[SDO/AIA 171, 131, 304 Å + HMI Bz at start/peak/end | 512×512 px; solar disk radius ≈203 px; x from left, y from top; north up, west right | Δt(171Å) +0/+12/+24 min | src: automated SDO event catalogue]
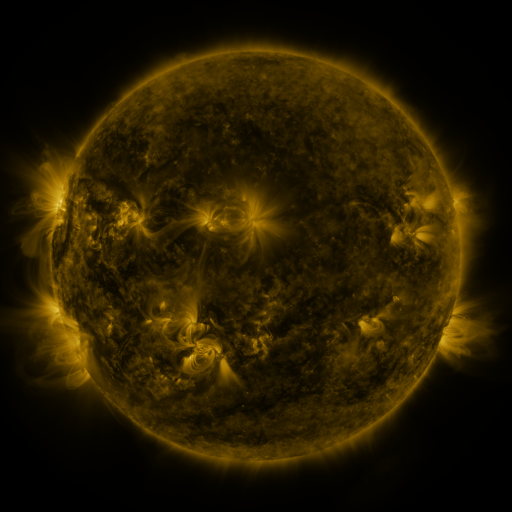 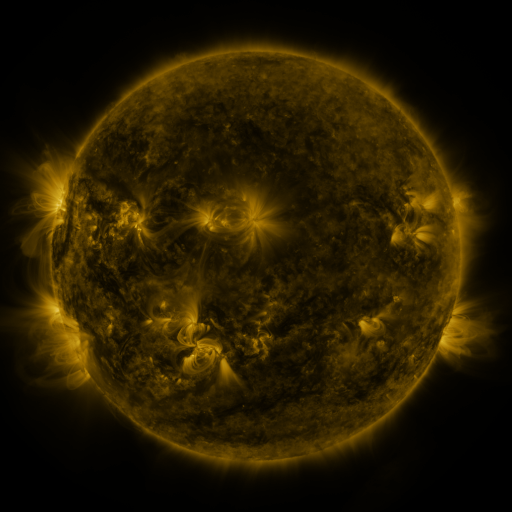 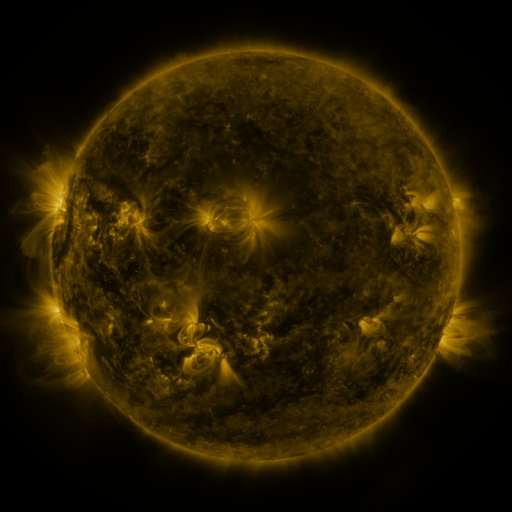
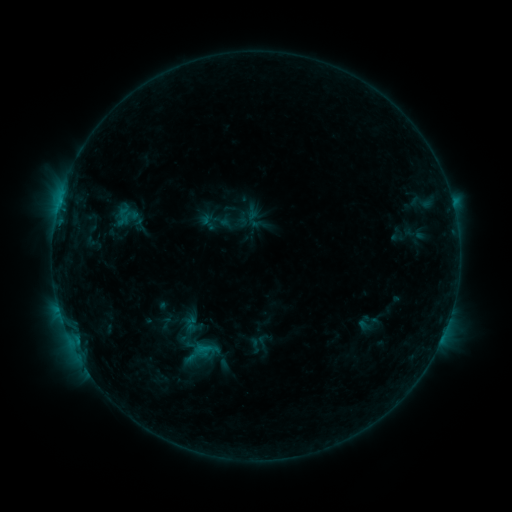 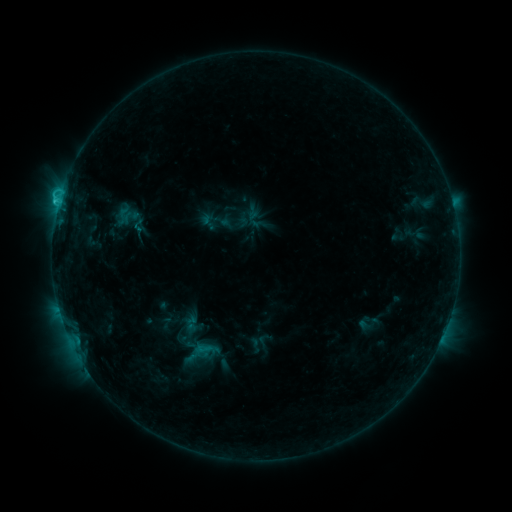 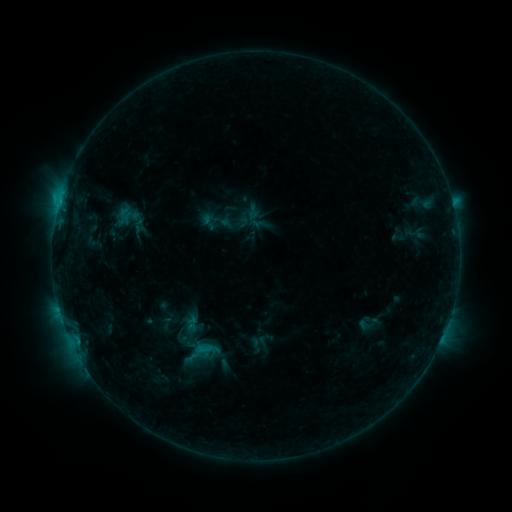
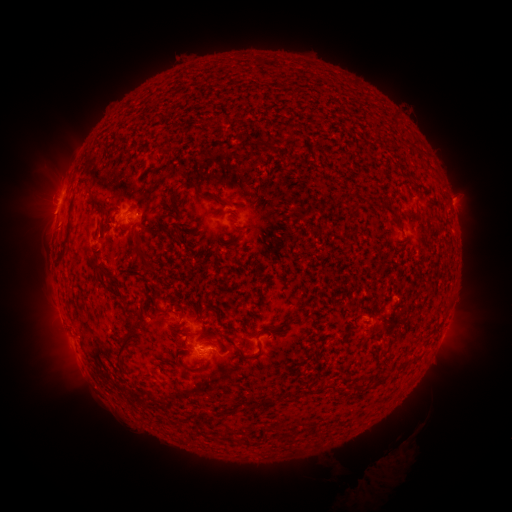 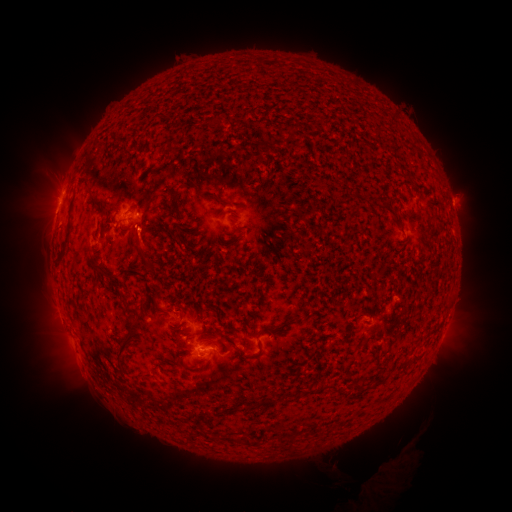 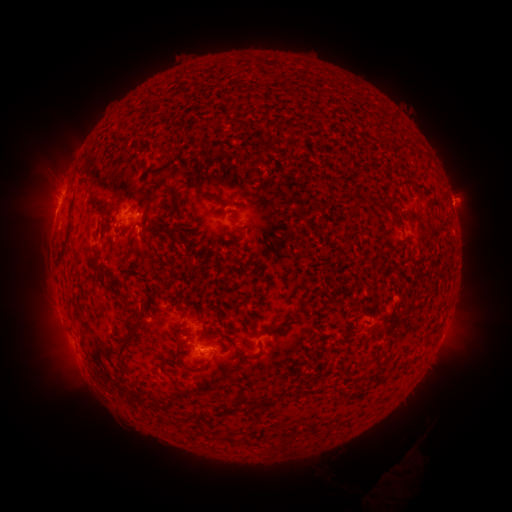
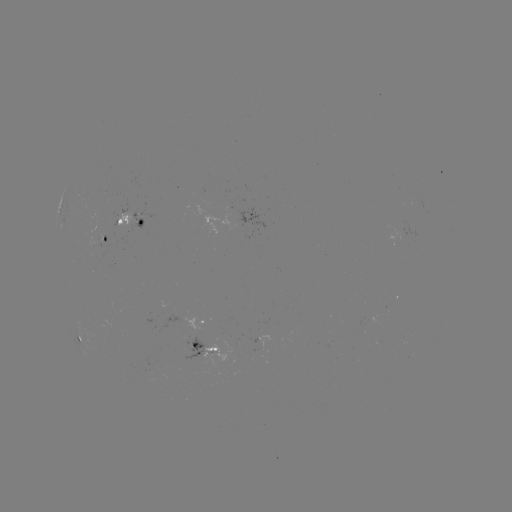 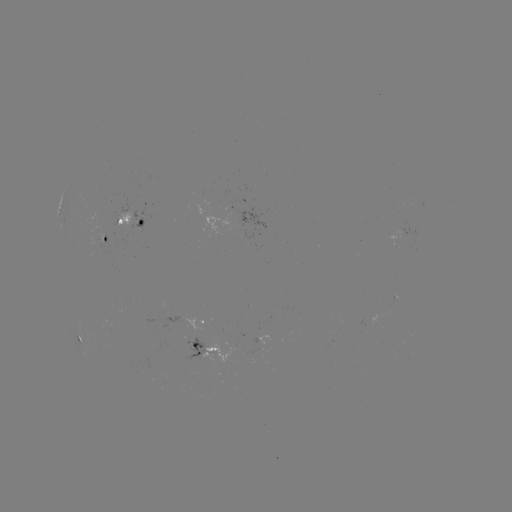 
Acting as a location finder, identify C1.3 flare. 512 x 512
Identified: (59, 203).